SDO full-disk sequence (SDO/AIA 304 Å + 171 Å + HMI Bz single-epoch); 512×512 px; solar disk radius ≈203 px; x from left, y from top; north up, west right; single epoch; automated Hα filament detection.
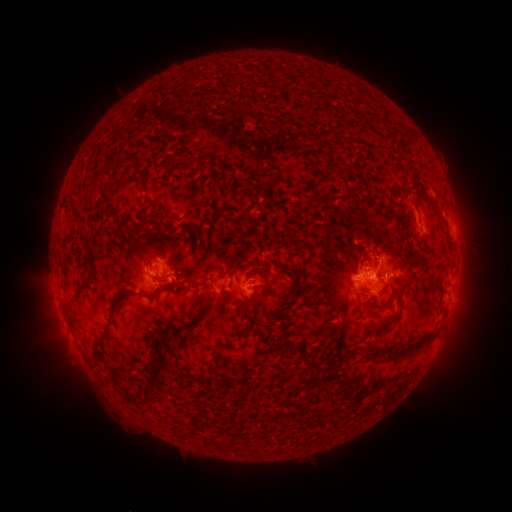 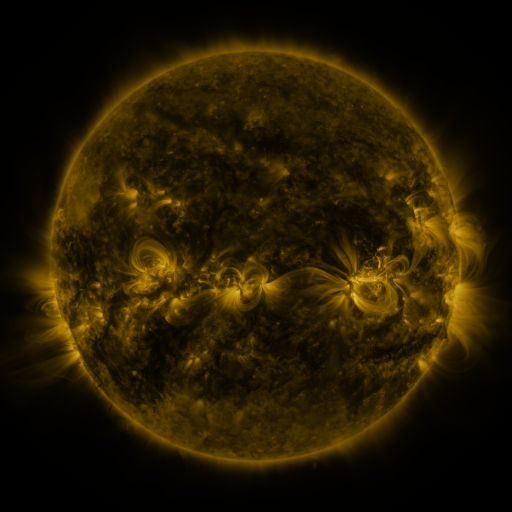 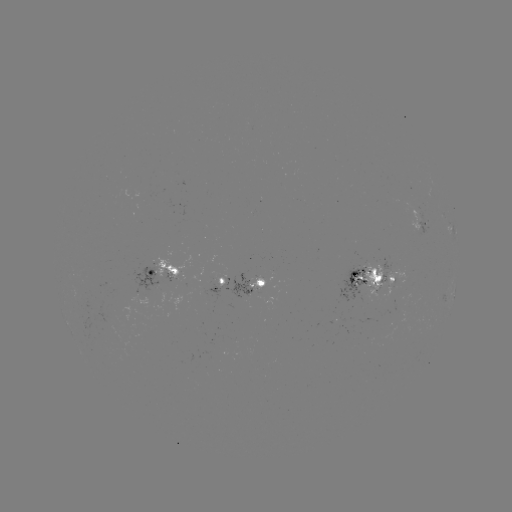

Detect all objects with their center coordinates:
filament: (375, 120)
filament: (377, 147)
filament: (327, 148)
filament: (108, 166)
filament: (138, 185)
filament: (259, 188)
filament: (403, 188)
filament: (415, 188)
filament: (439, 214)
filament: (202, 225)
filament: (144, 227)
filament: (161, 244)
filament: (237, 256)
filament: (330, 270)
filament: (162, 278)
filament: (436, 283)
filament: (86, 286)
filament: (159, 293)
filament: (252, 294)
filament: (289, 297)
filament: (198, 309)
filament: (203, 315)
filament: (72, 323)
filament: (251, 323)
filament: (105, 337)
filament: (162, 344)
filament: (412, 348)
filament: (216, 354)
filament: (150, 381)
filament: (130, 394)
